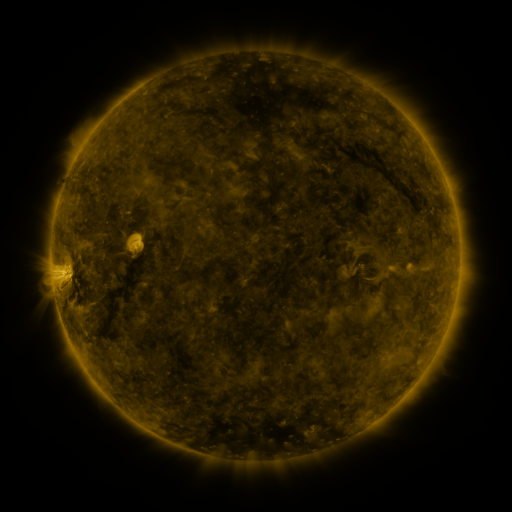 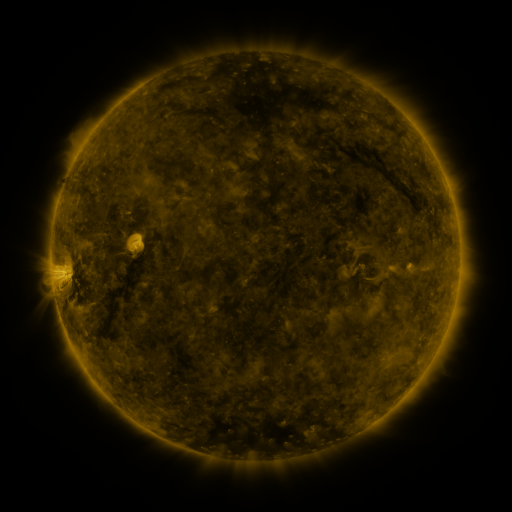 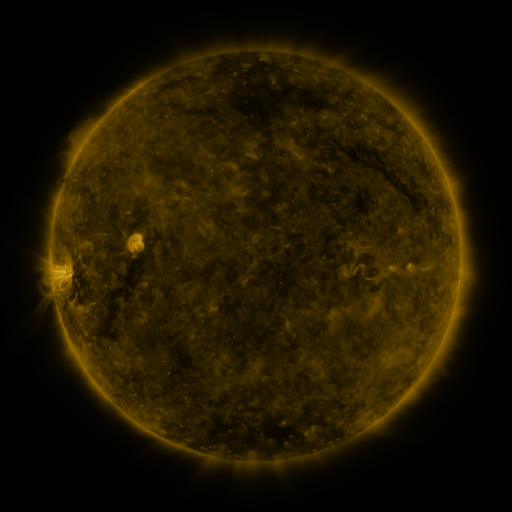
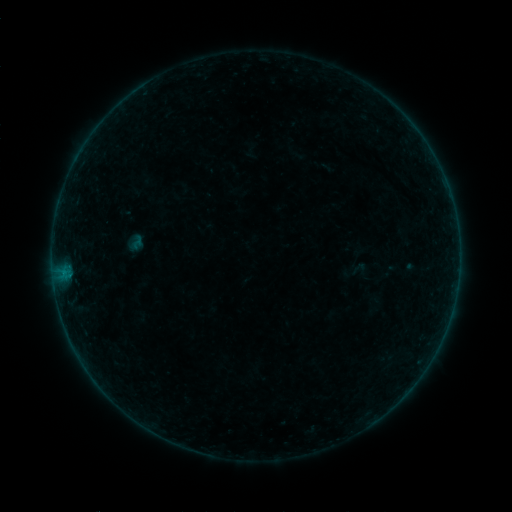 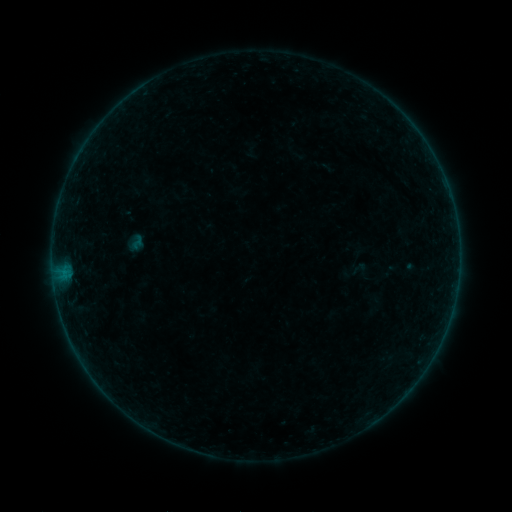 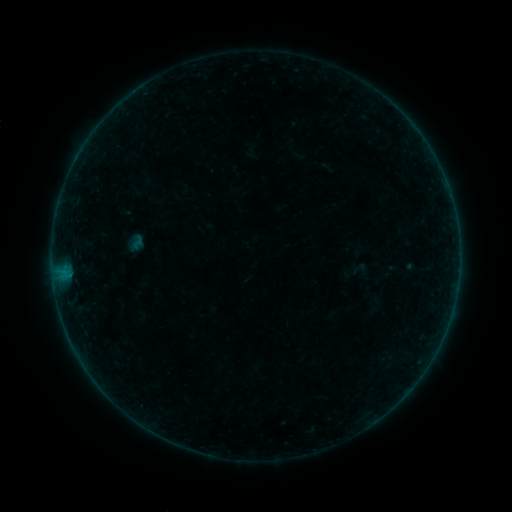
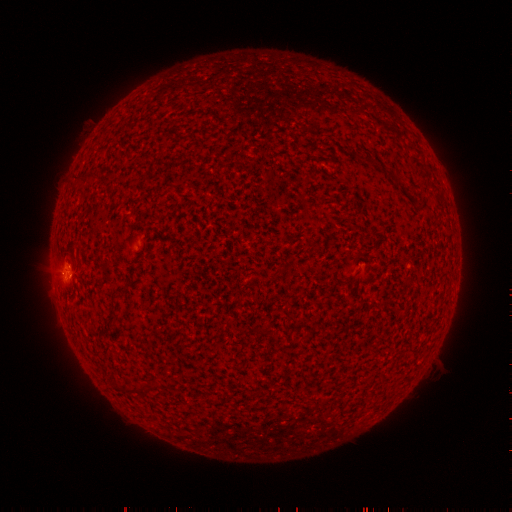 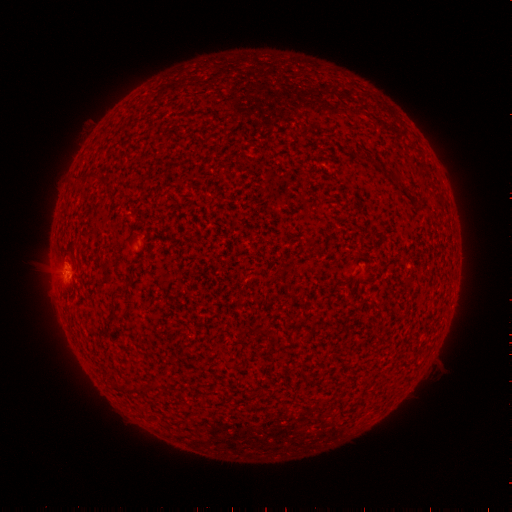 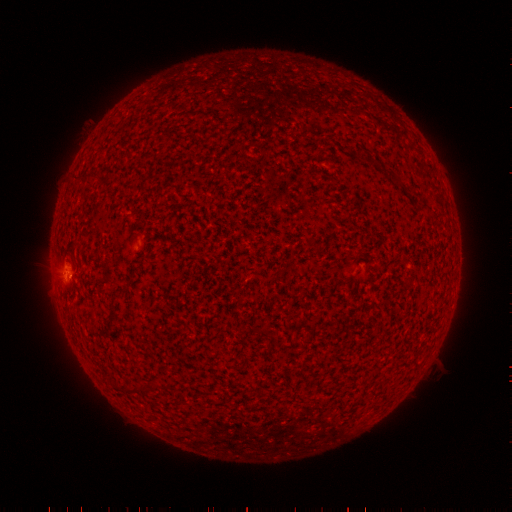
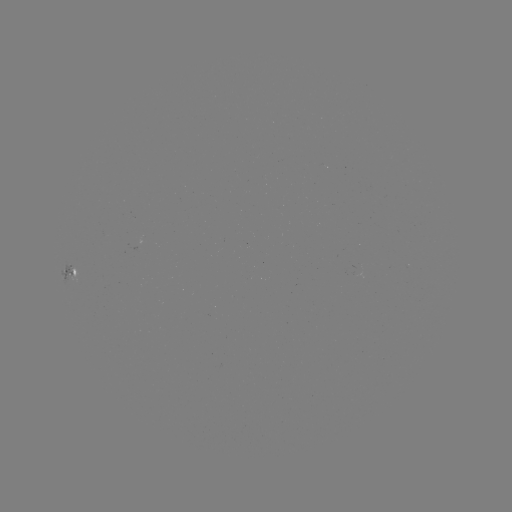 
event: flare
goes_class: B1.1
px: (70, 275)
